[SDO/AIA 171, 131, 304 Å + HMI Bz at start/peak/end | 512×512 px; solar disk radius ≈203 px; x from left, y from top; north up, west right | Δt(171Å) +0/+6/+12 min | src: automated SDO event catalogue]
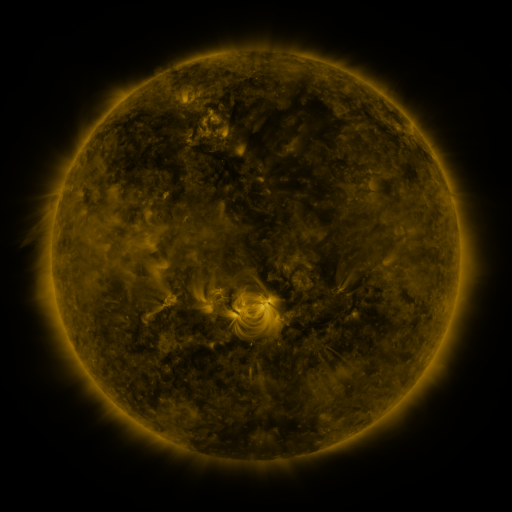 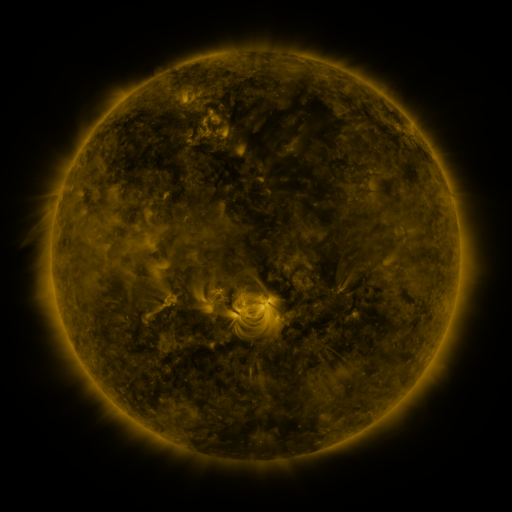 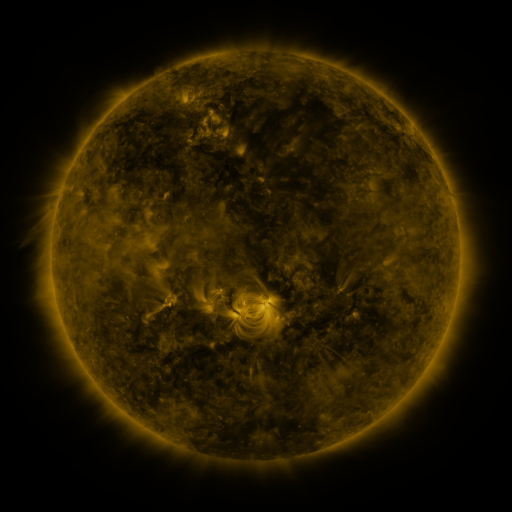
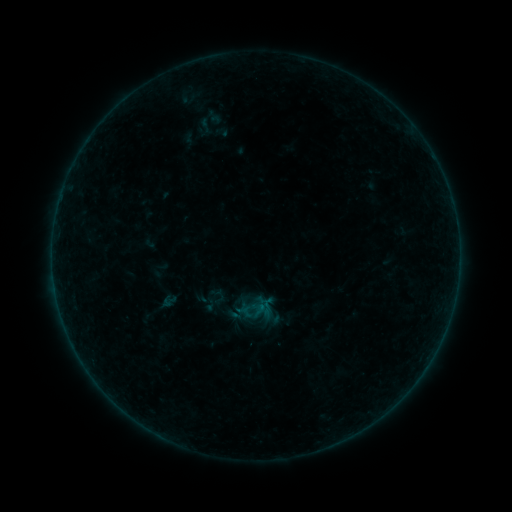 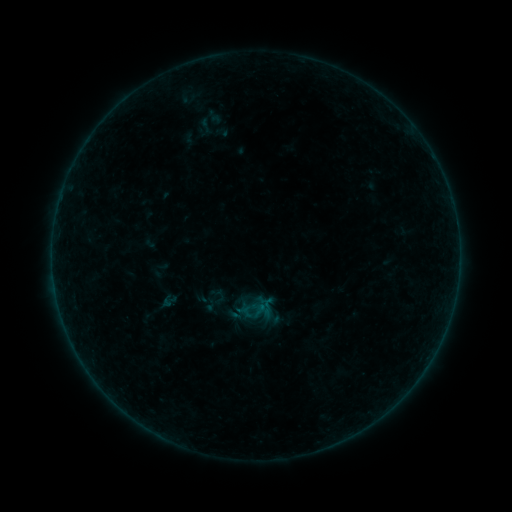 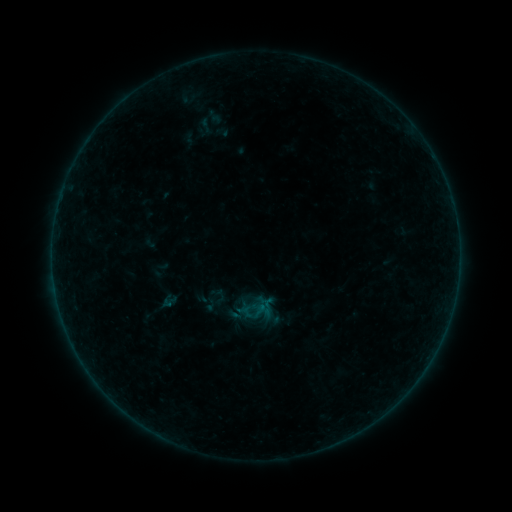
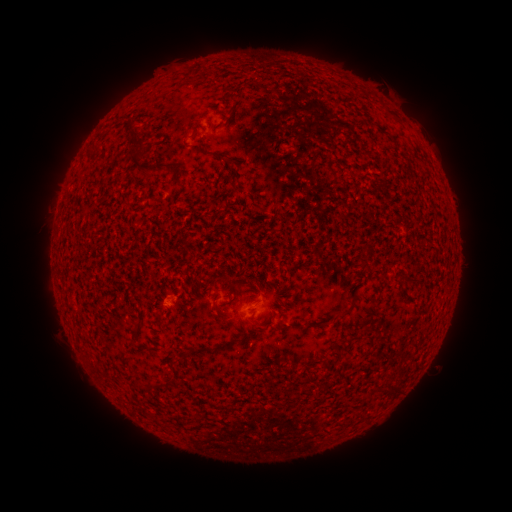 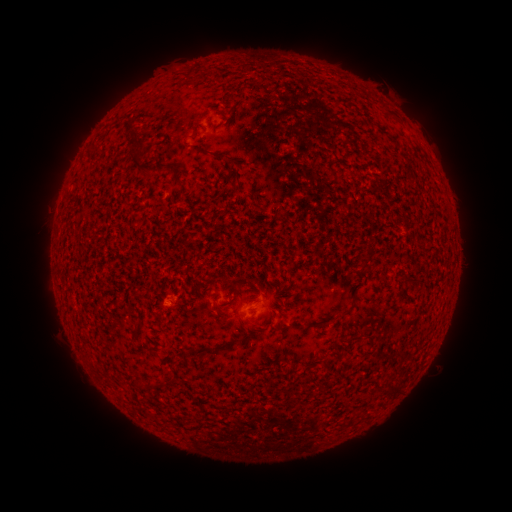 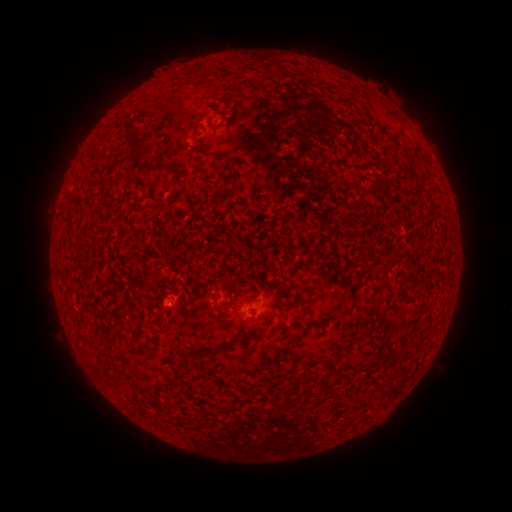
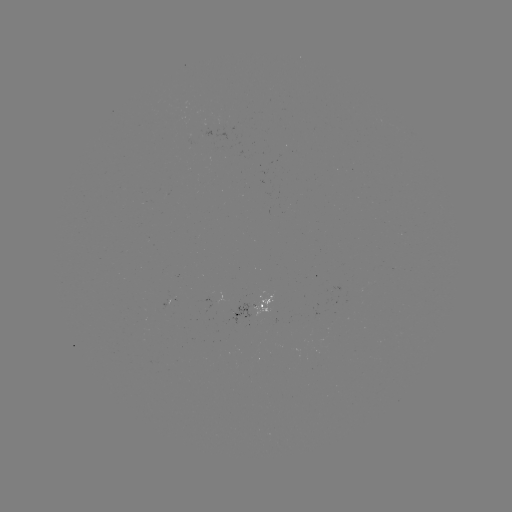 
no classed flare was catalogued and no EUV brightening was flagged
